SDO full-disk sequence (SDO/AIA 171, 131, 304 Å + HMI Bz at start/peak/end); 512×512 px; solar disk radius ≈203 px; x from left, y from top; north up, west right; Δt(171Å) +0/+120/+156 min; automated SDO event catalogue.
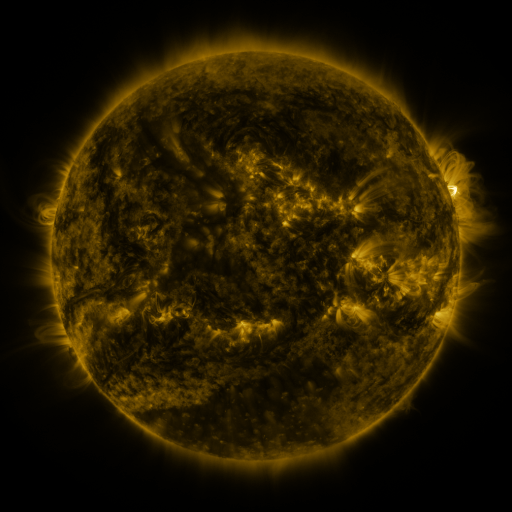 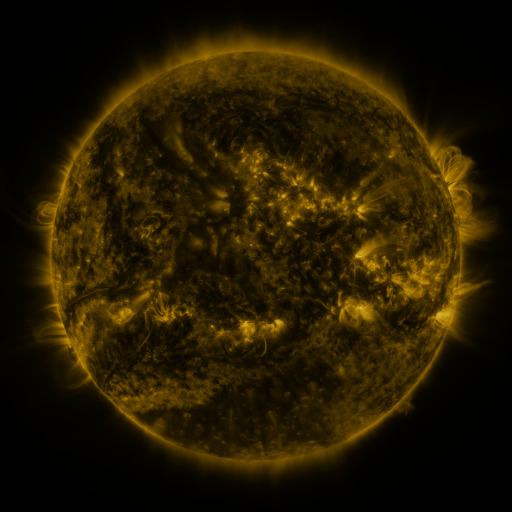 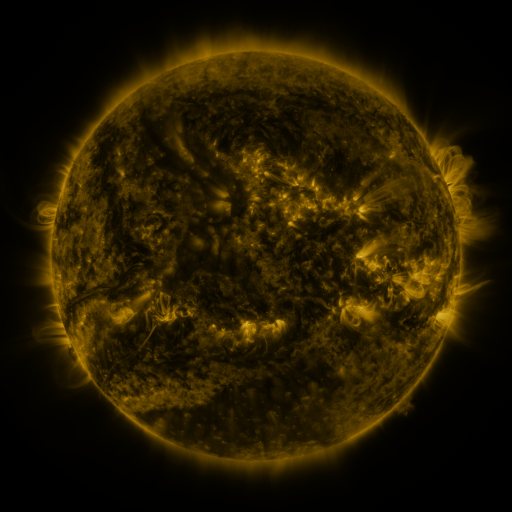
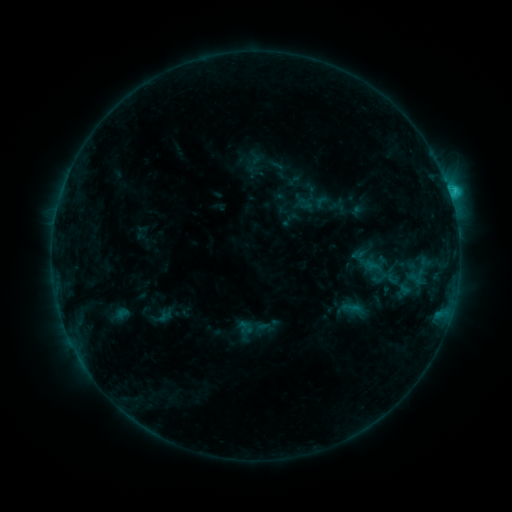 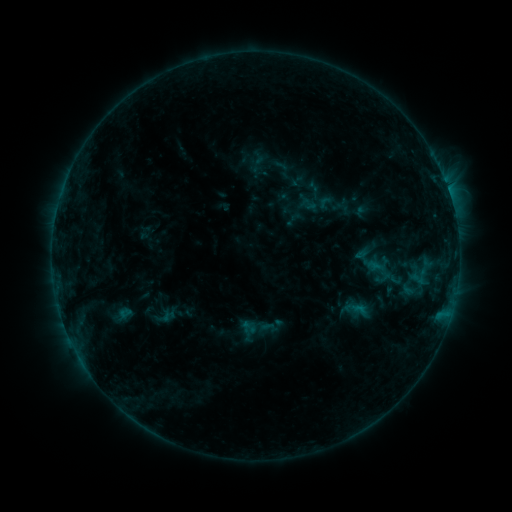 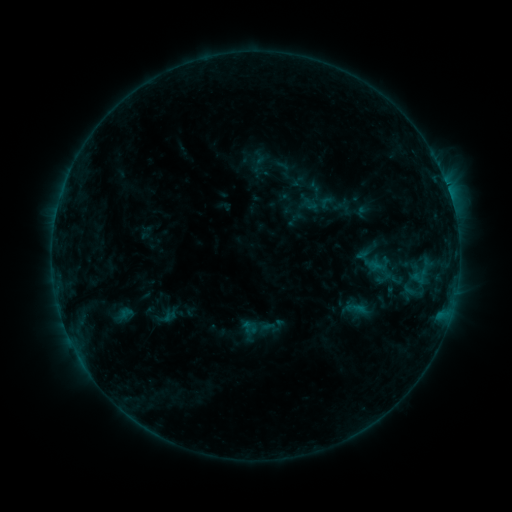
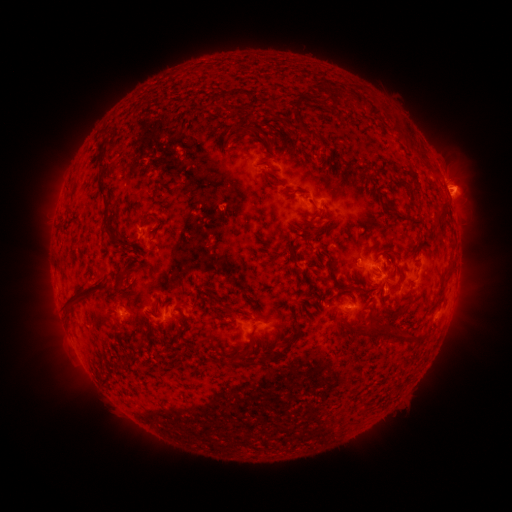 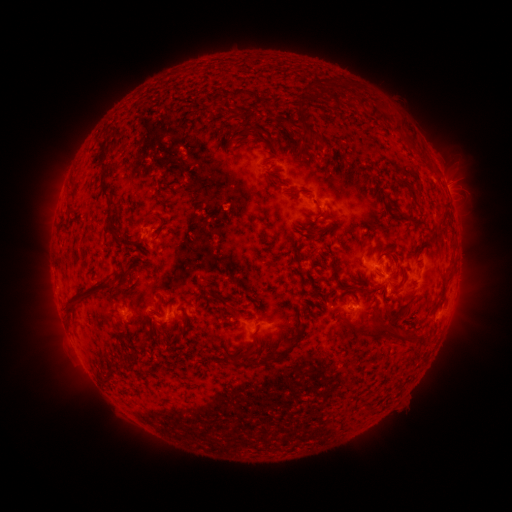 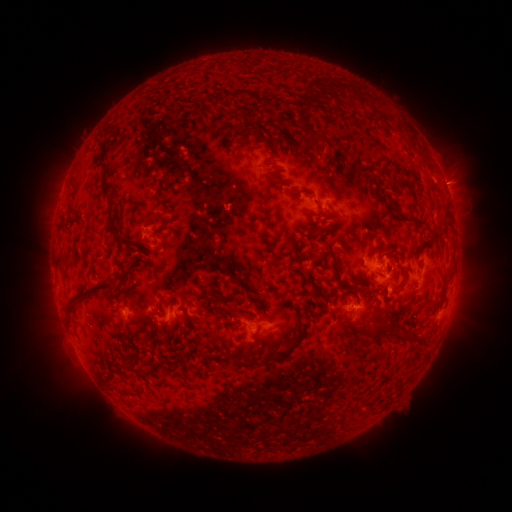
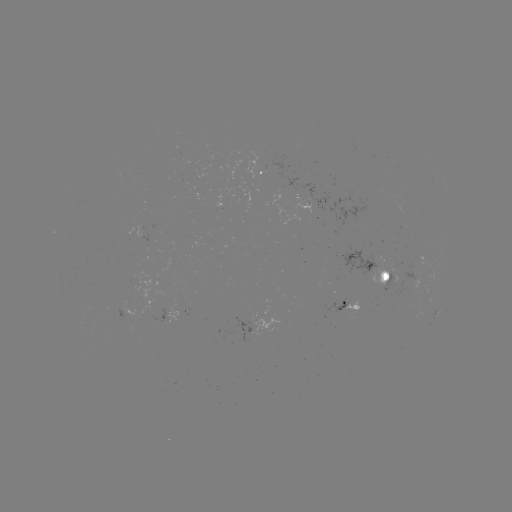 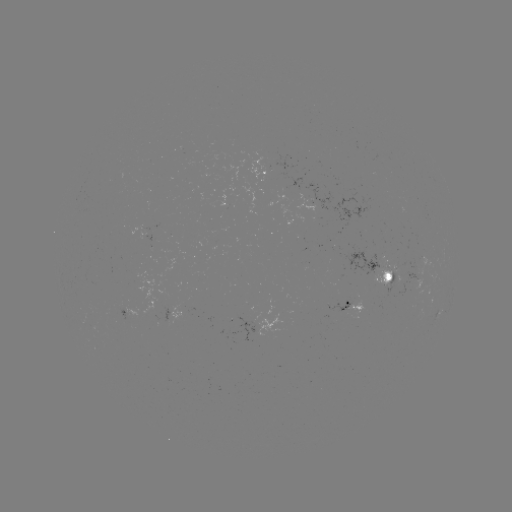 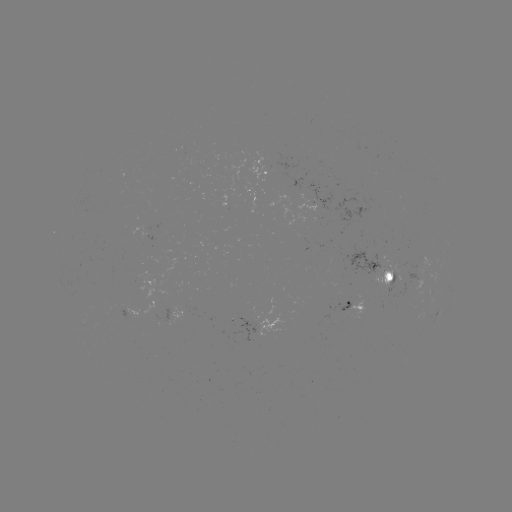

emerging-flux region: <bbox>247, 151, 270, 179</bbox>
